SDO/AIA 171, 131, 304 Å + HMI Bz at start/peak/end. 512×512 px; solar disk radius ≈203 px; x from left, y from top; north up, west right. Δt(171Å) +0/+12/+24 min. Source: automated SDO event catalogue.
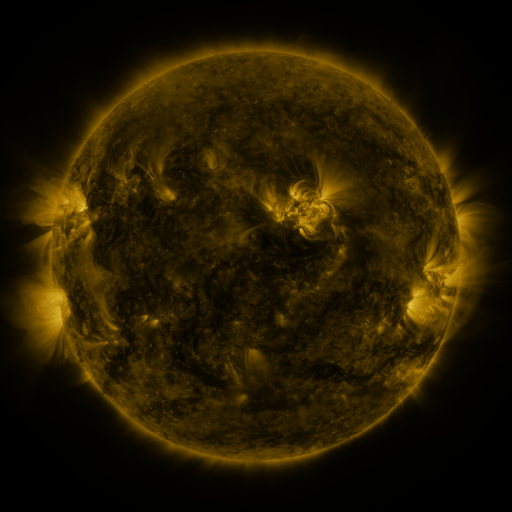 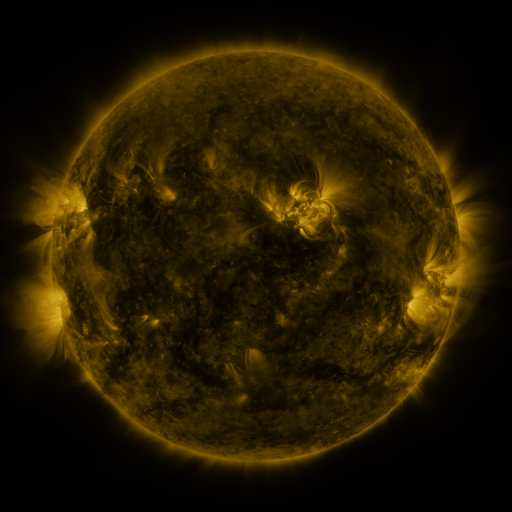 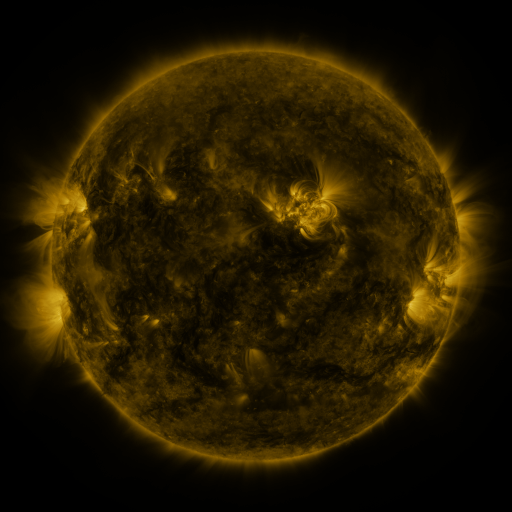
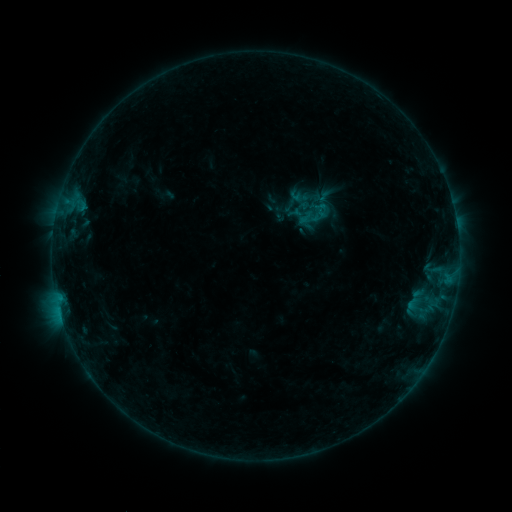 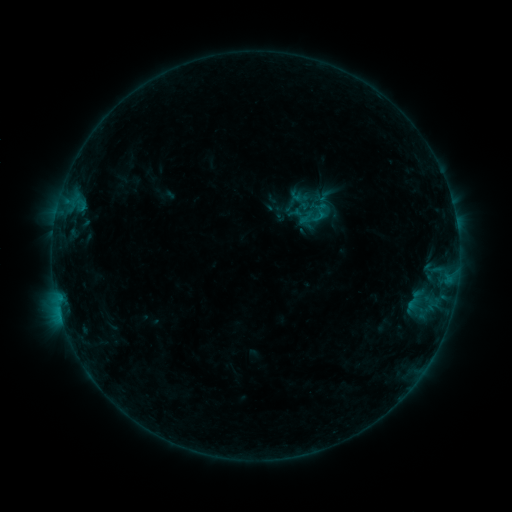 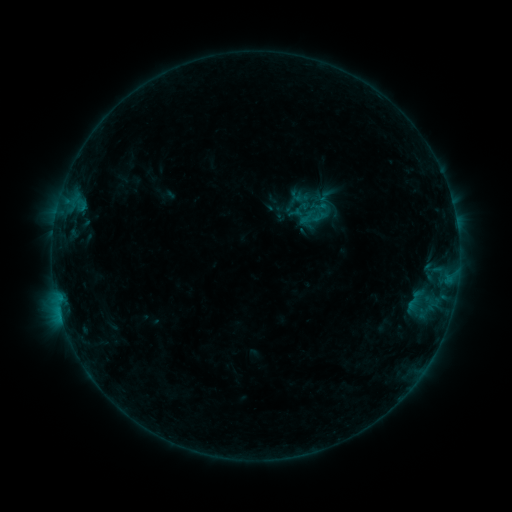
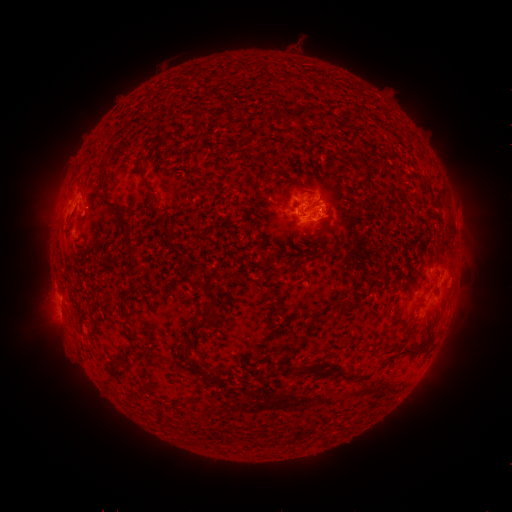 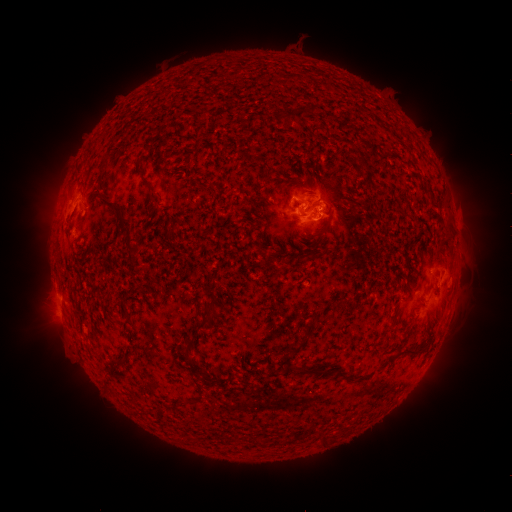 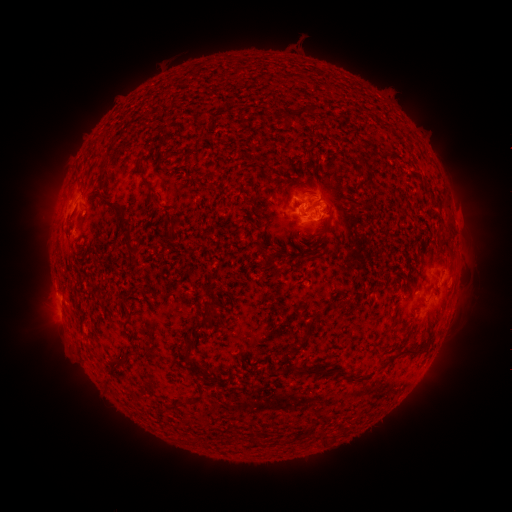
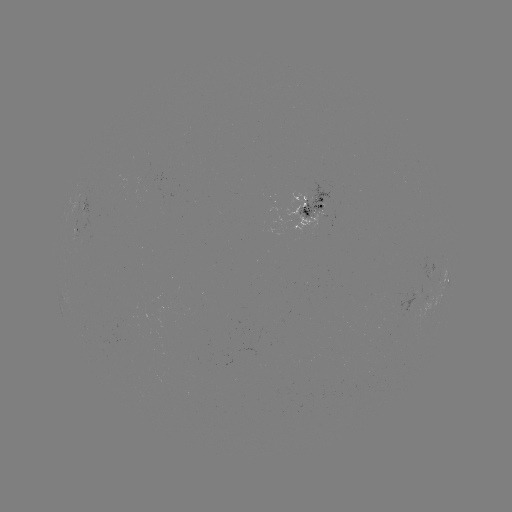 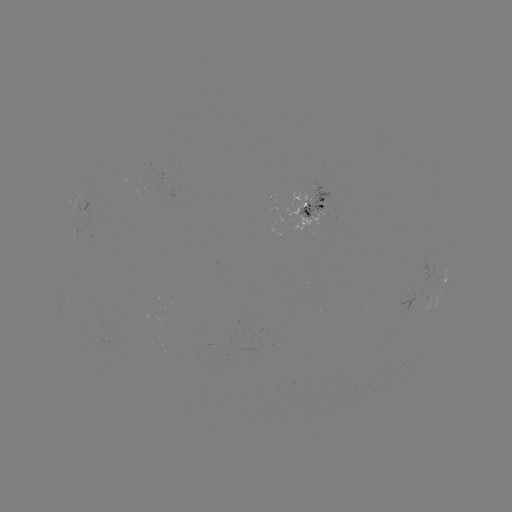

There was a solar flare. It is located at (318, 216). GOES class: B4.5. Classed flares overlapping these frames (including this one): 1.